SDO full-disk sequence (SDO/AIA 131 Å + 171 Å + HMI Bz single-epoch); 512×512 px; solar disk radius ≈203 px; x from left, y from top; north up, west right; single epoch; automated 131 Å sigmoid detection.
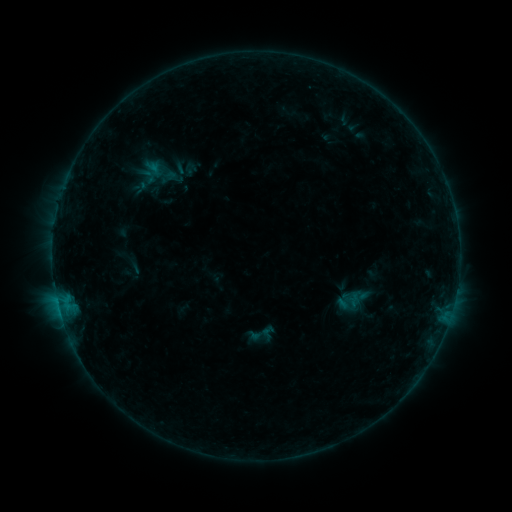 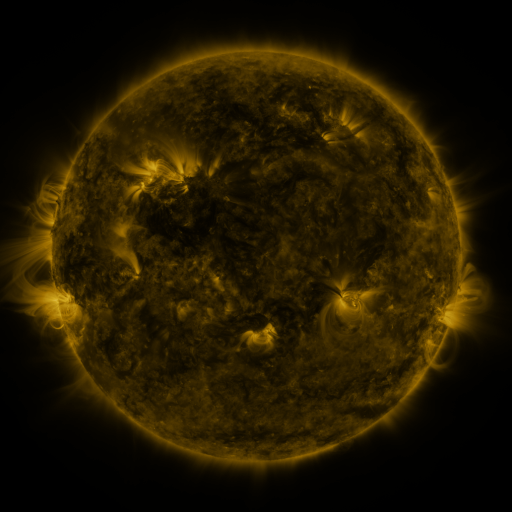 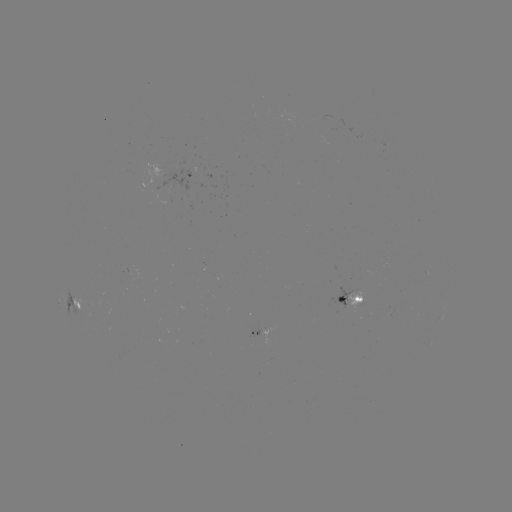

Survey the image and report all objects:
sigmoid: (260, 334)
